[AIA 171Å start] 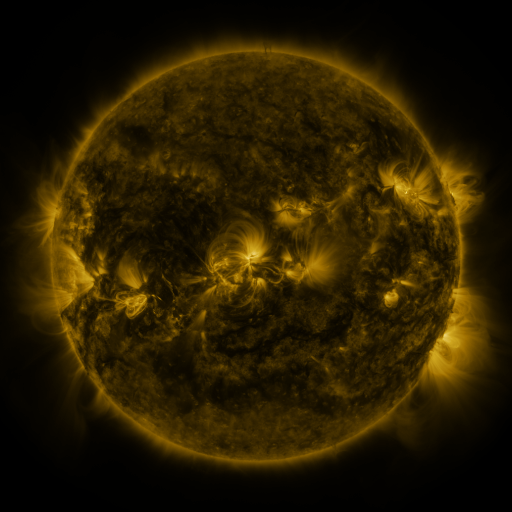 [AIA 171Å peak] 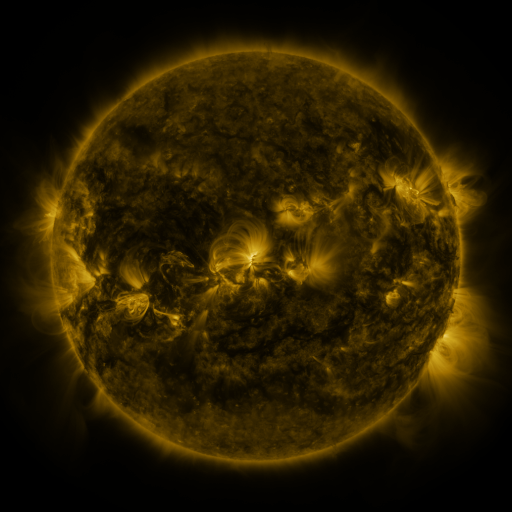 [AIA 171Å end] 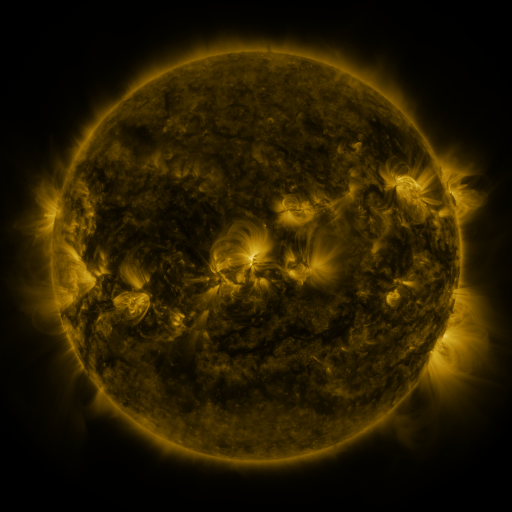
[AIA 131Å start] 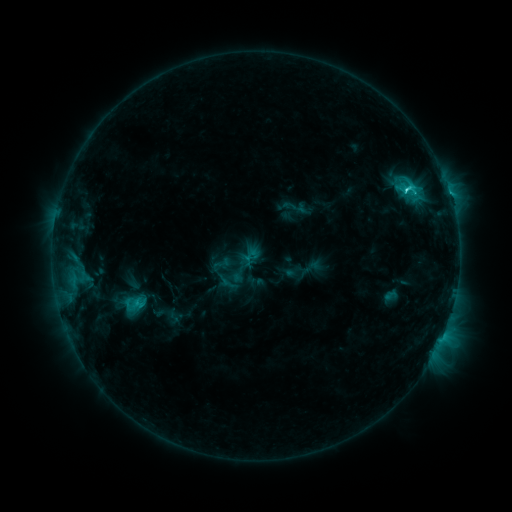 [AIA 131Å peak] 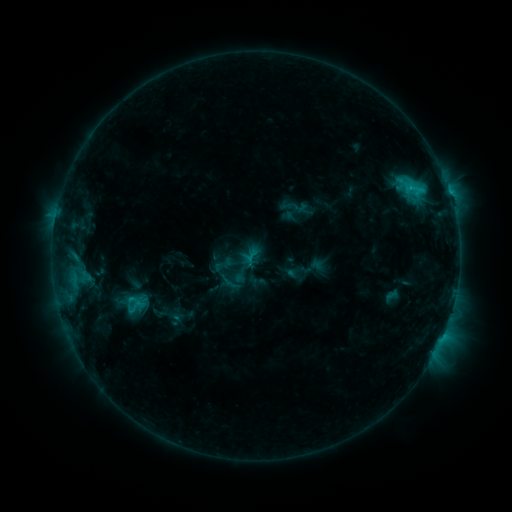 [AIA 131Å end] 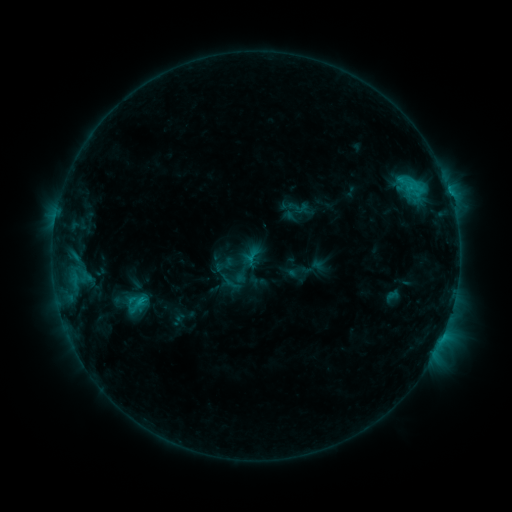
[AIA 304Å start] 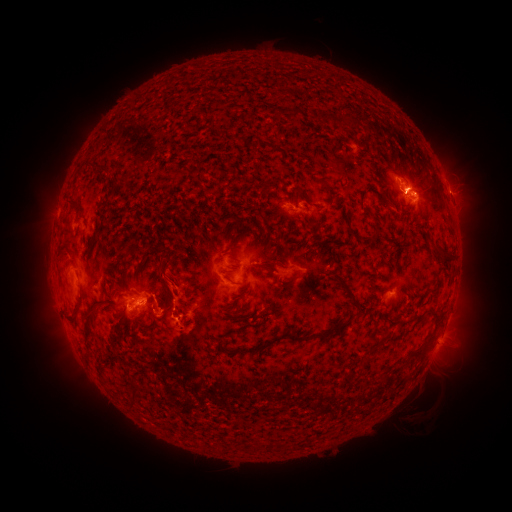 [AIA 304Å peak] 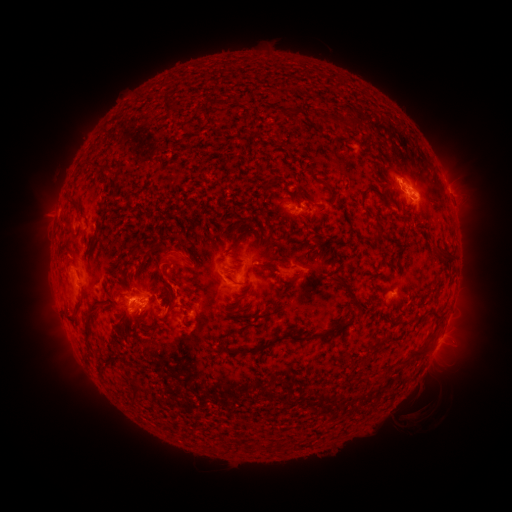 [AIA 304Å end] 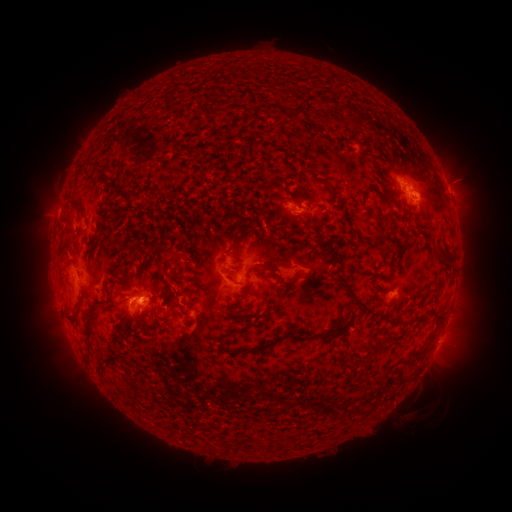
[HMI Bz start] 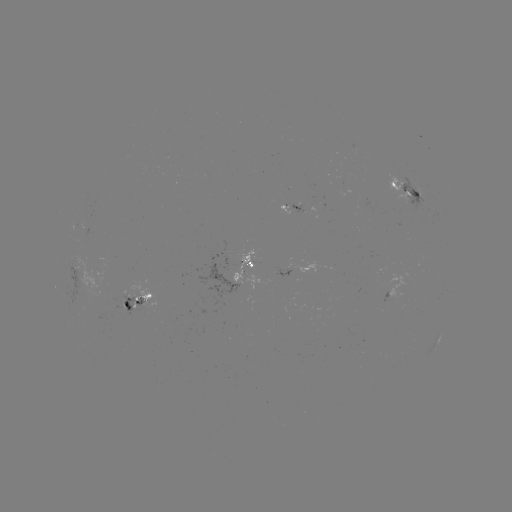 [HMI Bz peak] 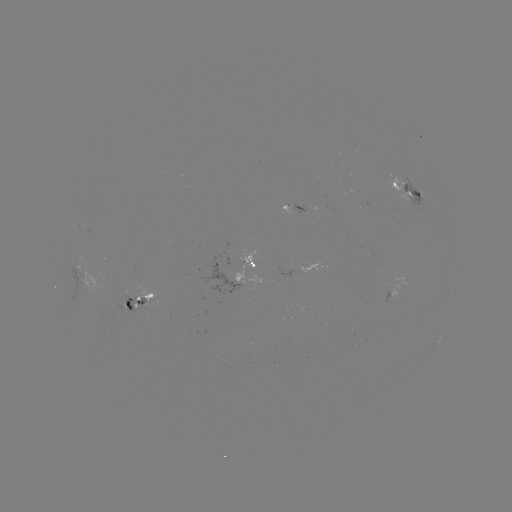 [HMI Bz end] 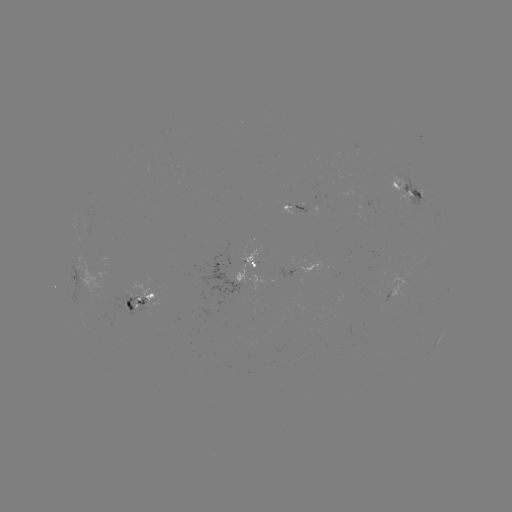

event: emerging-flux region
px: (294, 206)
